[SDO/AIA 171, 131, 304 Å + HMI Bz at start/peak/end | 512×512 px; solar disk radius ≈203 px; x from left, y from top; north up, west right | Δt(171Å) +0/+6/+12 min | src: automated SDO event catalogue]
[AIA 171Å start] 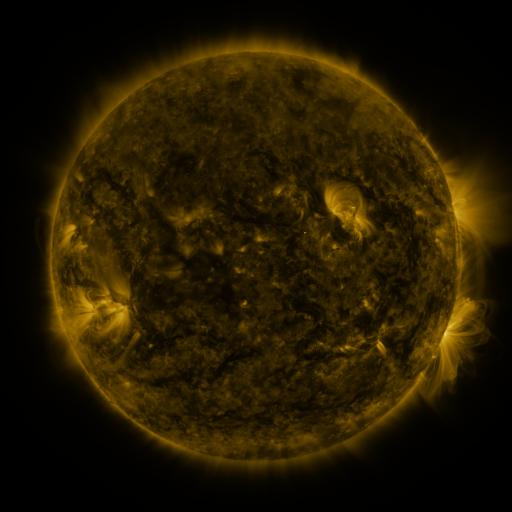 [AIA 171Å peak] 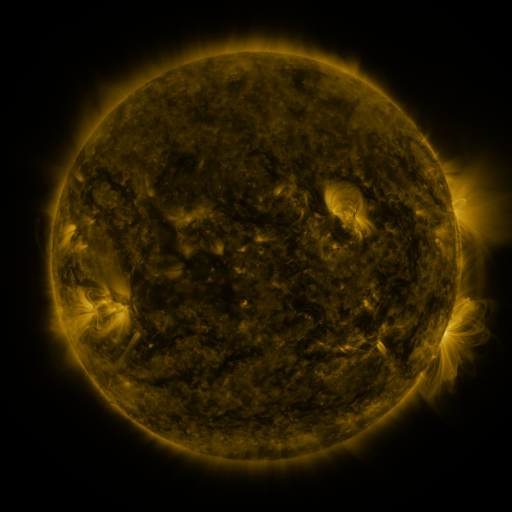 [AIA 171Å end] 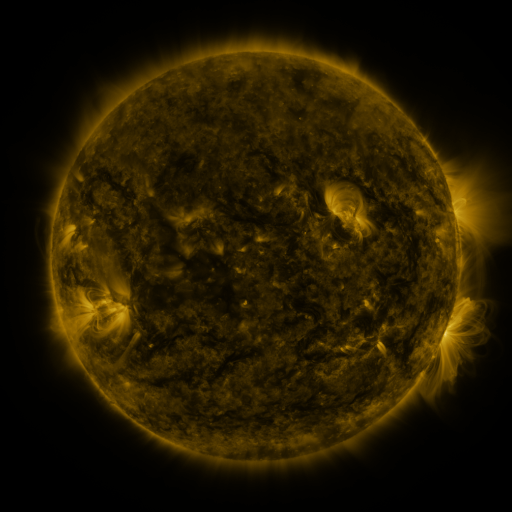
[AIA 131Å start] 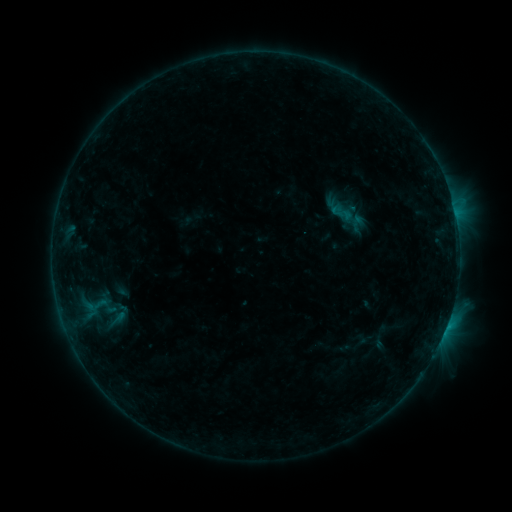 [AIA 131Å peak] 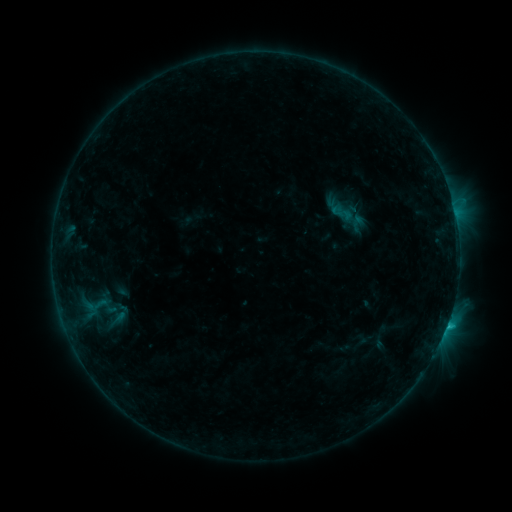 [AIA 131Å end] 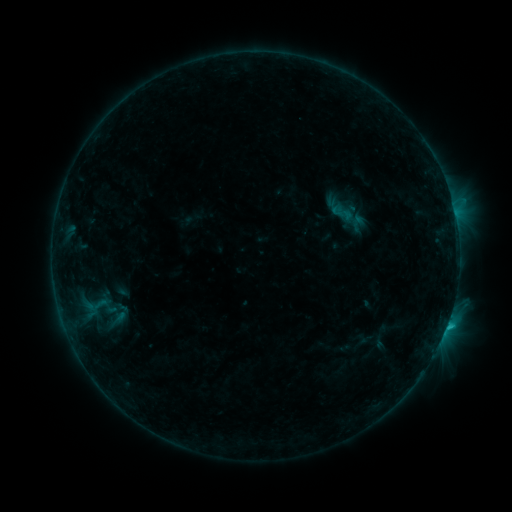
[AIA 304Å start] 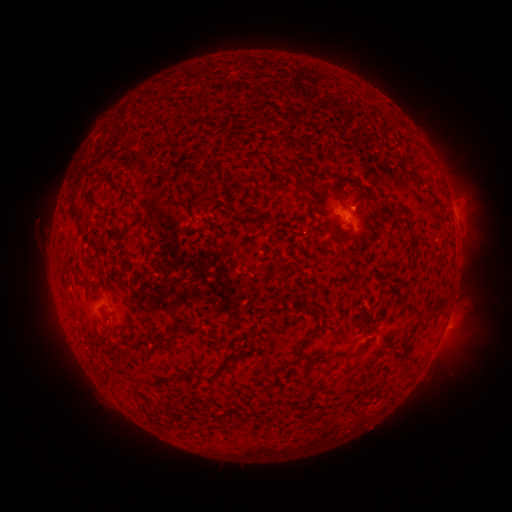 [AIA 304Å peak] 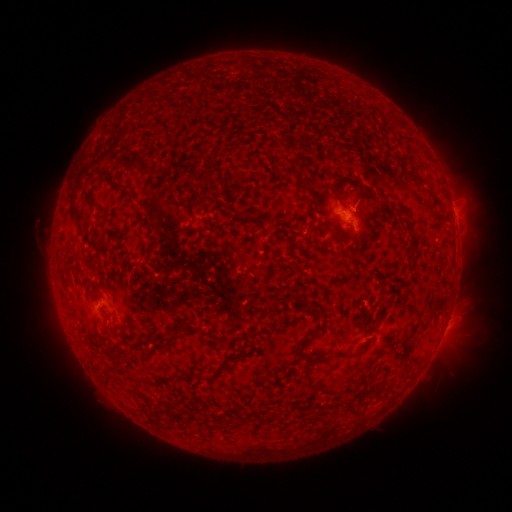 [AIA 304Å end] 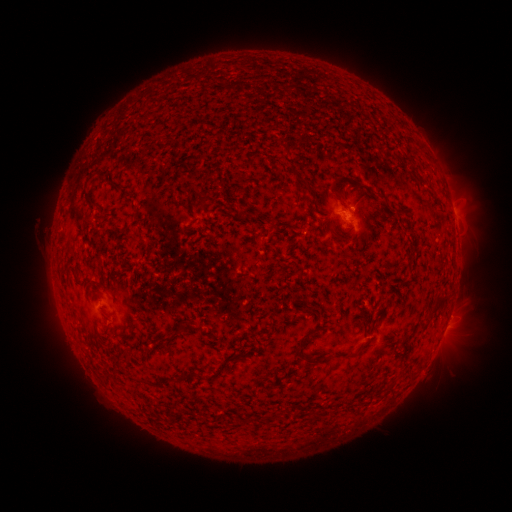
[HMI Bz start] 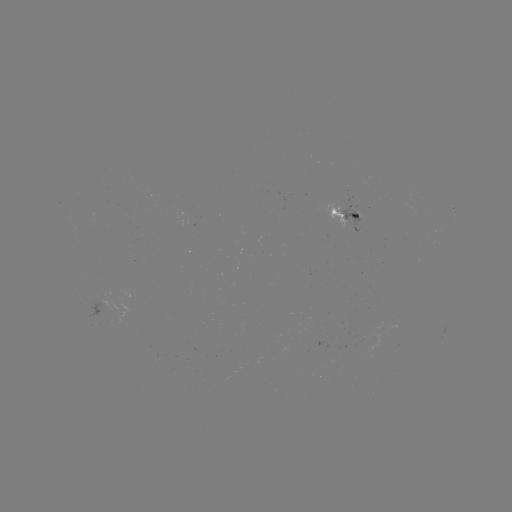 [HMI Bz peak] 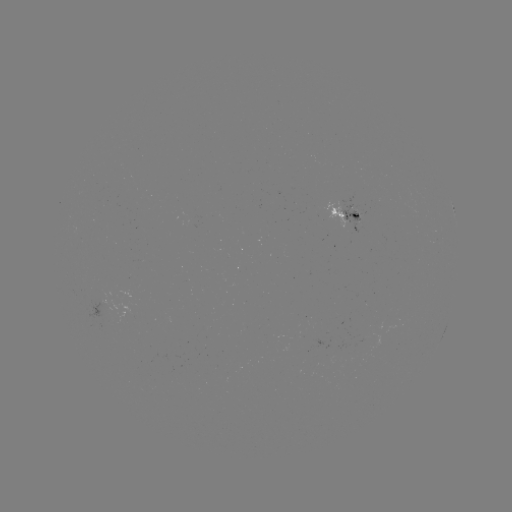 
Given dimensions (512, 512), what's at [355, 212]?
B7.9 flare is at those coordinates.